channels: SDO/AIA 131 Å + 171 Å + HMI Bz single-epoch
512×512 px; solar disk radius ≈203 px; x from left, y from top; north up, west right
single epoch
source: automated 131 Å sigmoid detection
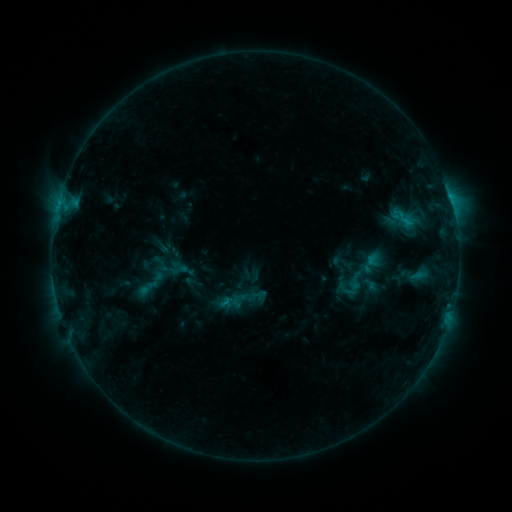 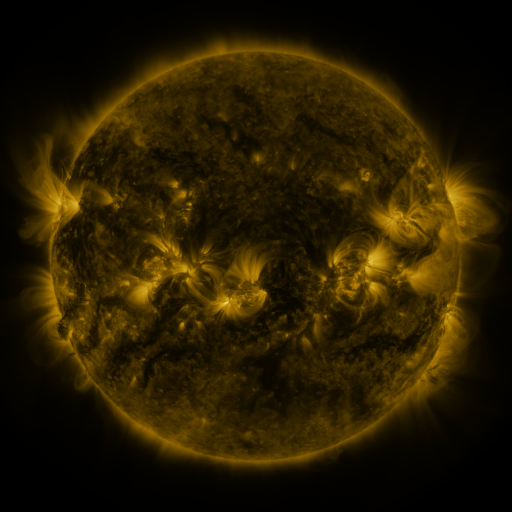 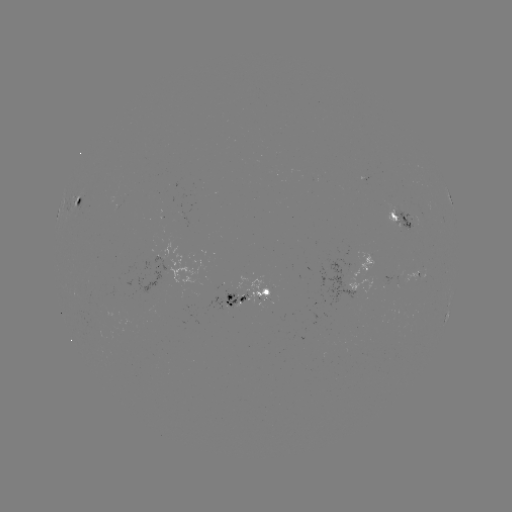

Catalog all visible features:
sigmoid: (180, 270)
sigmoid: (351, 284)
sigmoid: (244, 299)
